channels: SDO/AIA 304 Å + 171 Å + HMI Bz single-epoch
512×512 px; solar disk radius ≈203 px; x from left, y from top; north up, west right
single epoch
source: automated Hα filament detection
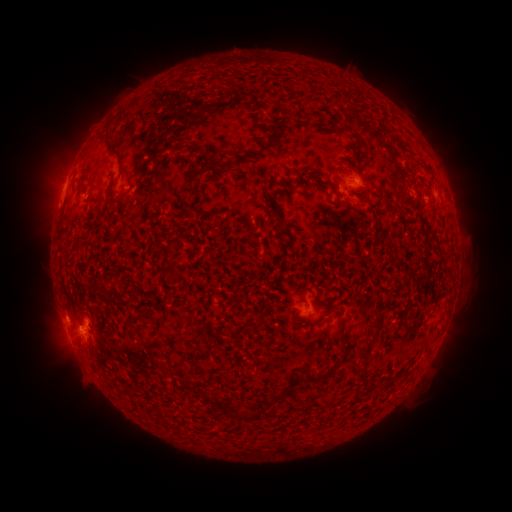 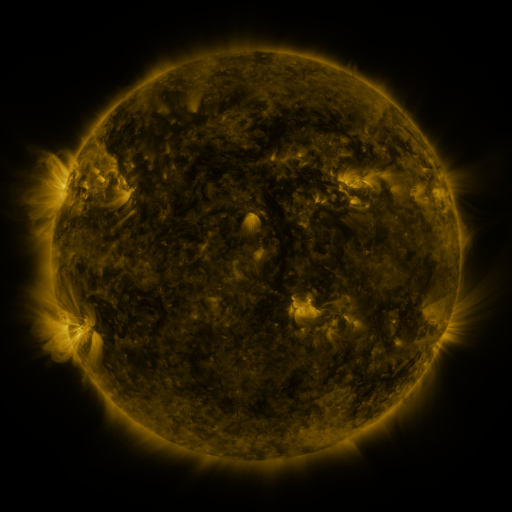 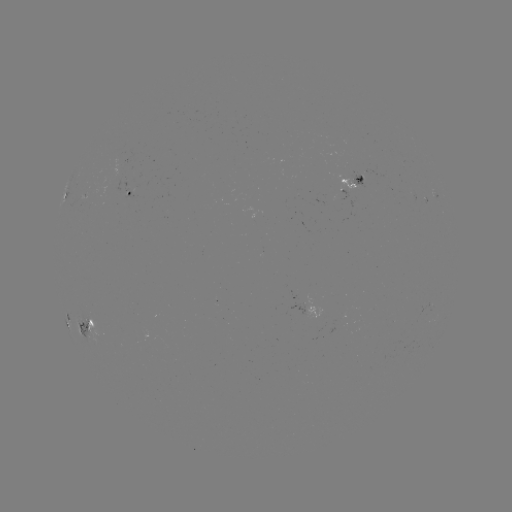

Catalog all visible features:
filament: [308, 112, 318, 118]
filament: [105, 124, 112, 137]
filament: [349, 131, 362, 142]
filament: [117, 154, 124, 167]
filament: [232, 154, 250, 167]
filament: [194, 186, 204, 195]
filament: [392, 209, 404, 217]
filament: [167, 263, 178, 276]
filament: [87, 316, 94, 326]
filament: [236, 322, 247, 332]
filament: [366, 331, 377, 342]
filament: [303, 367, 333, 384]
filament: [356, 369, 365, 383]
filament: [200, 390, 227, 414]
filament: [268, 392, 279, 402]
filament: [231, 406, 248, 421]
